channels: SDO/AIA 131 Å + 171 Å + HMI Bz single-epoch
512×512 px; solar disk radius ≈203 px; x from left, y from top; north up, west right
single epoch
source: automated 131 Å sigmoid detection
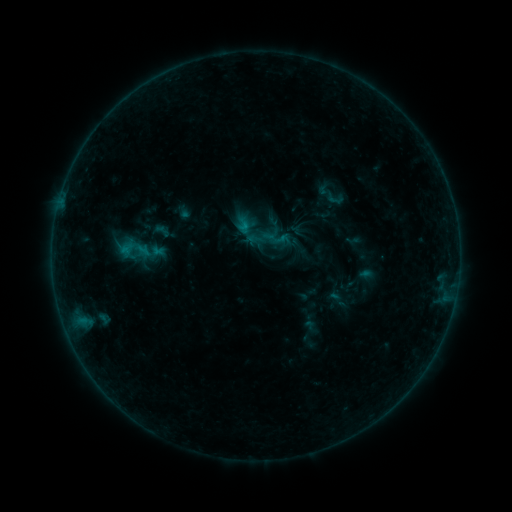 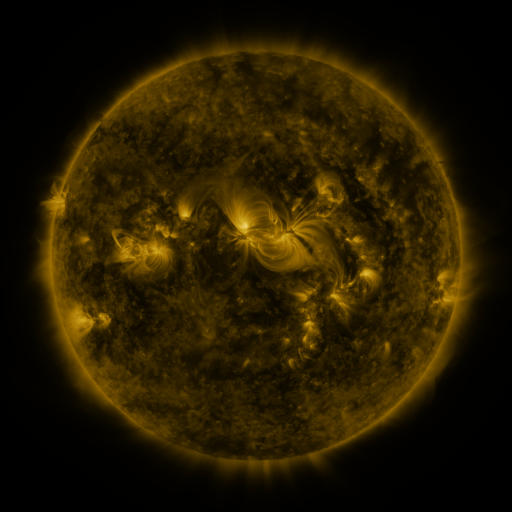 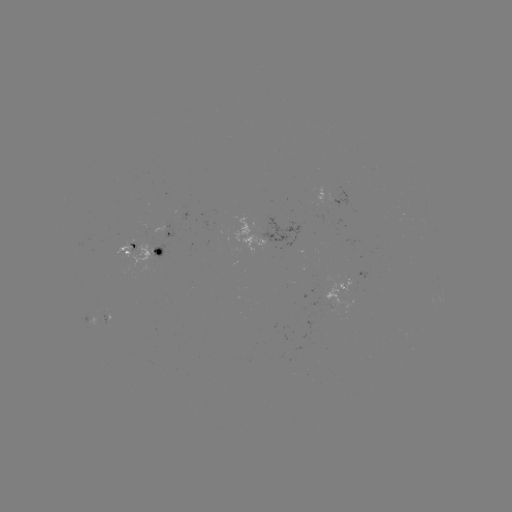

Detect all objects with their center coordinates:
sigmoid: <bbox>171, 200, 190, 221</bbox>
sigmoid: <bbox>249, 220, 287, 257</bbox>
sigmoid: <bbox>117, 229, 153, 269</bbox>
